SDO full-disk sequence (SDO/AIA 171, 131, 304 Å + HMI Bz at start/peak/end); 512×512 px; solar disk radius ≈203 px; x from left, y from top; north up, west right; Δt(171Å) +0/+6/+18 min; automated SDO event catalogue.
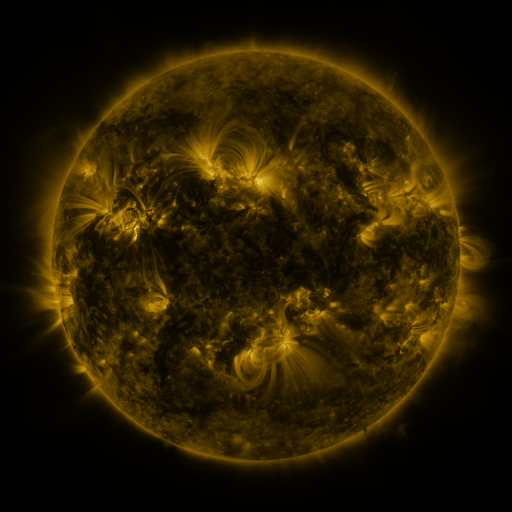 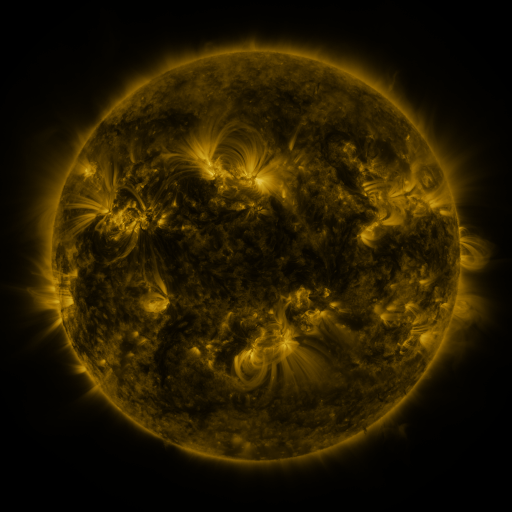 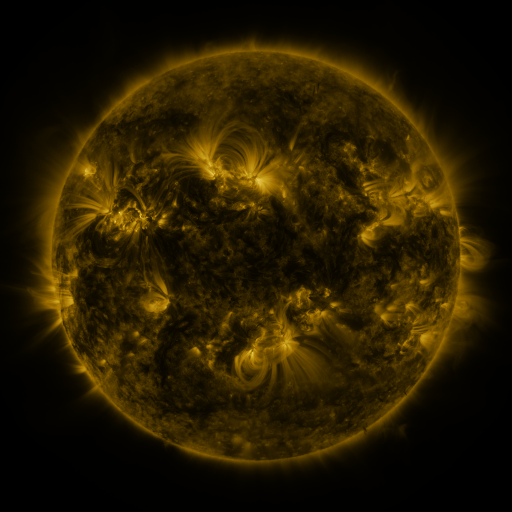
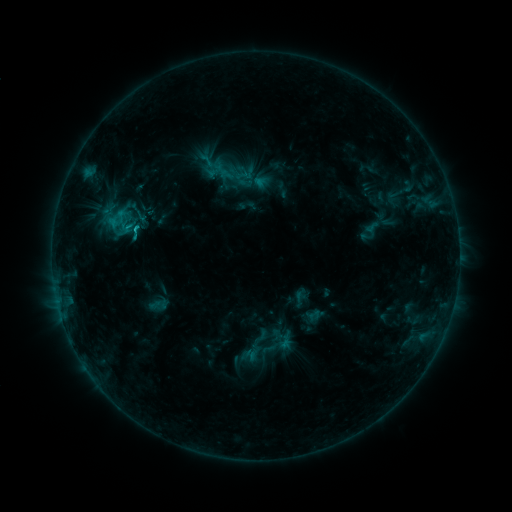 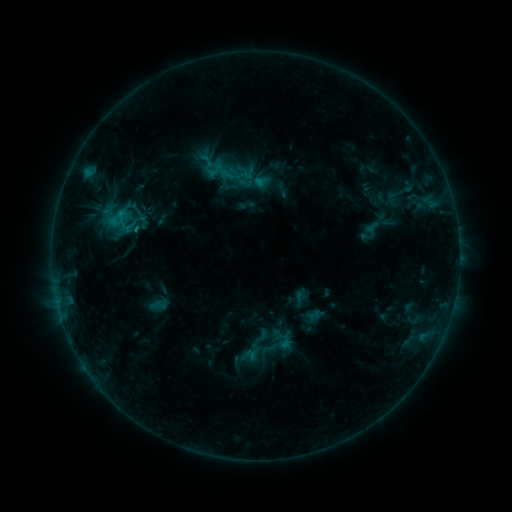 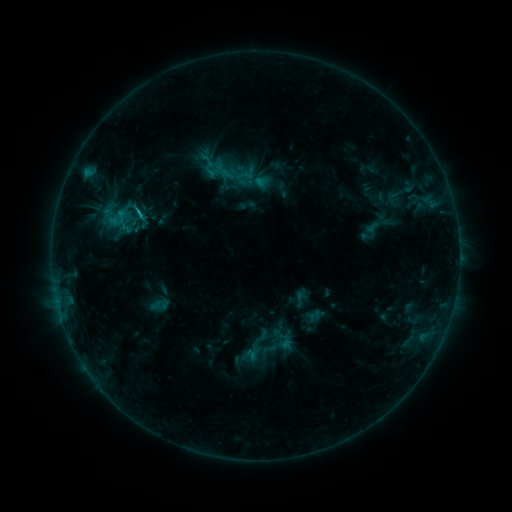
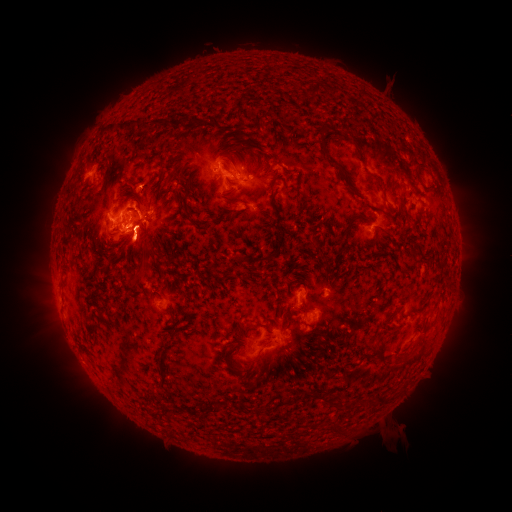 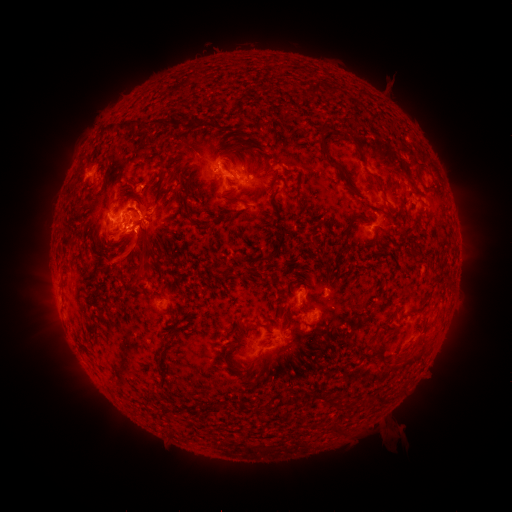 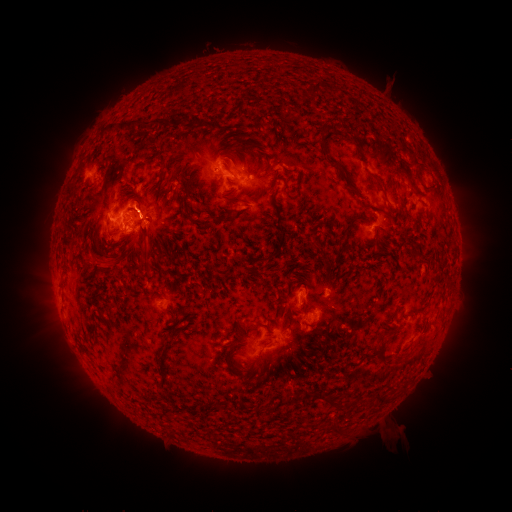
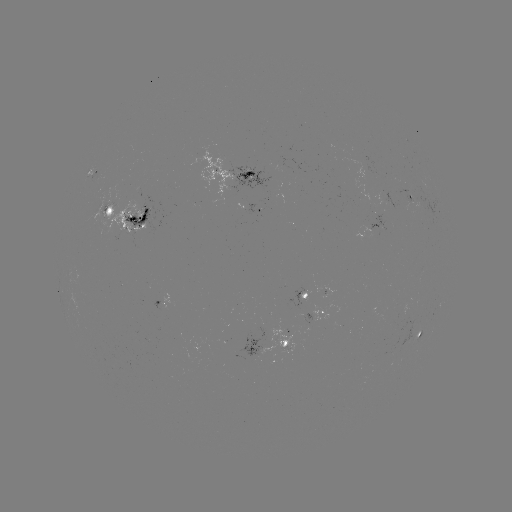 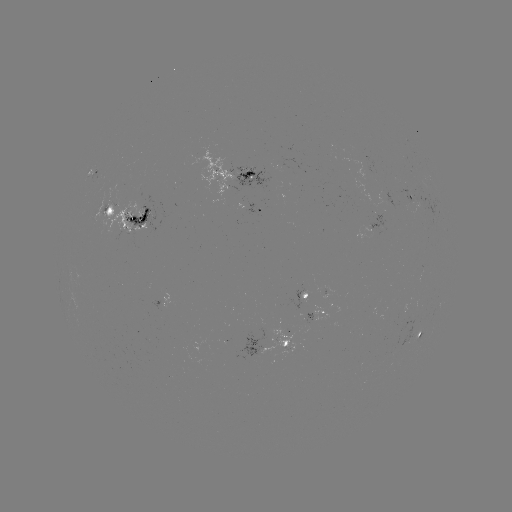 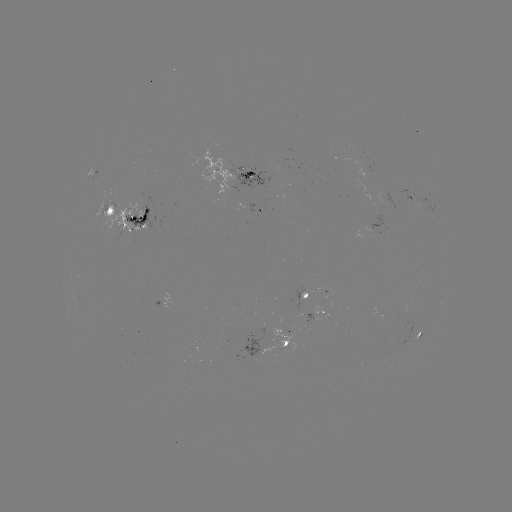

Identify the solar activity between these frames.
eruption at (115, 265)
